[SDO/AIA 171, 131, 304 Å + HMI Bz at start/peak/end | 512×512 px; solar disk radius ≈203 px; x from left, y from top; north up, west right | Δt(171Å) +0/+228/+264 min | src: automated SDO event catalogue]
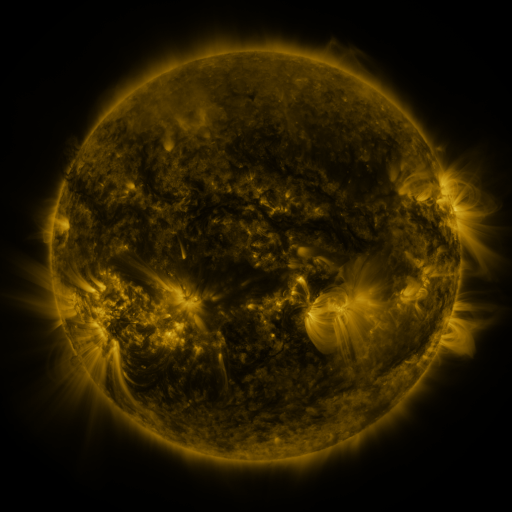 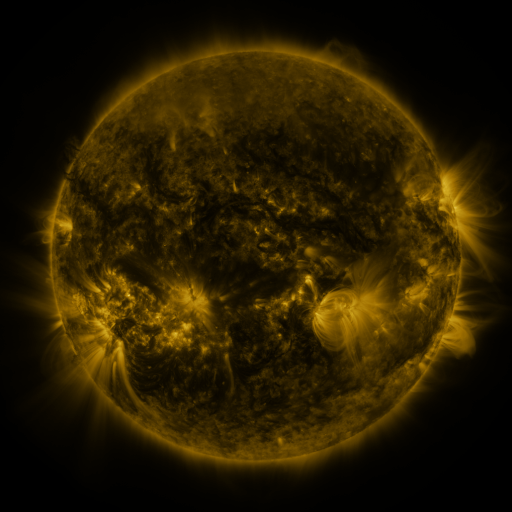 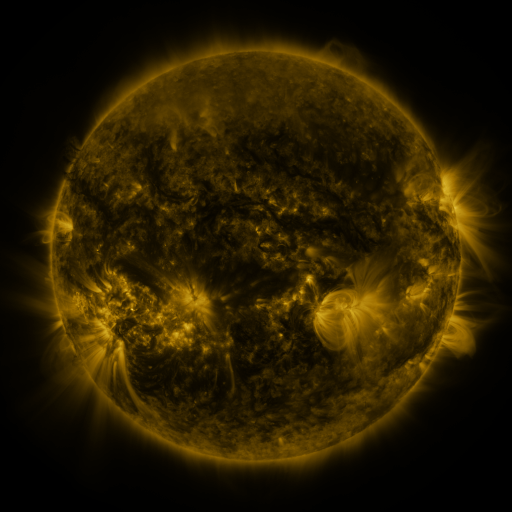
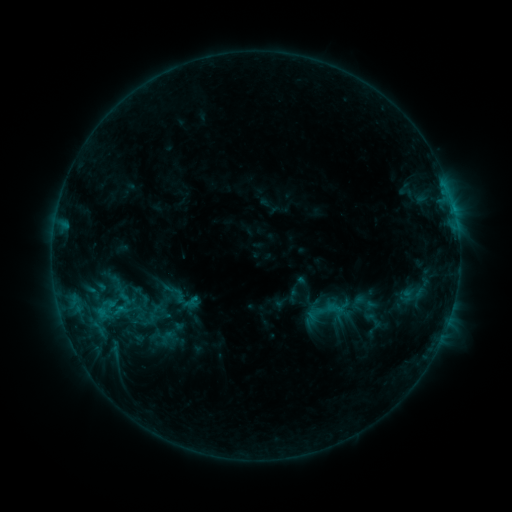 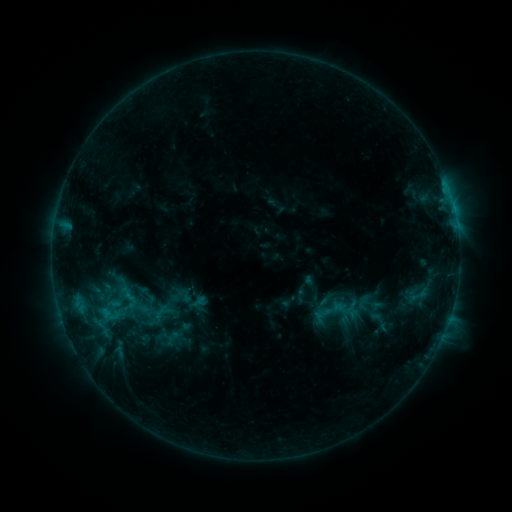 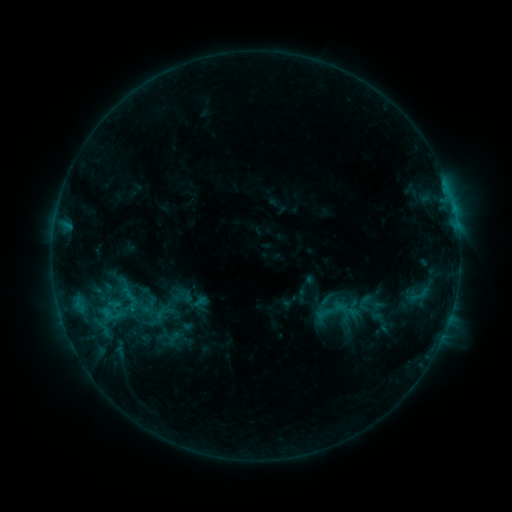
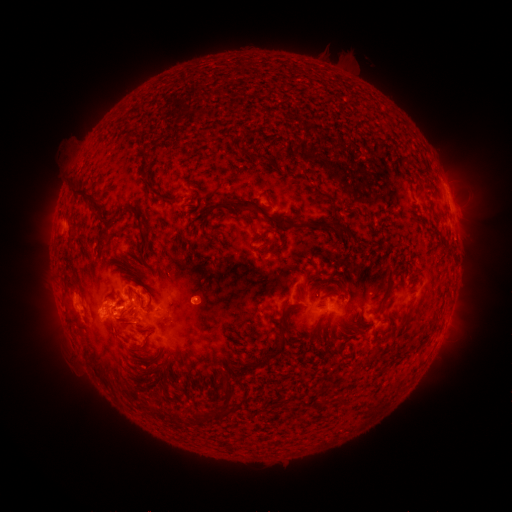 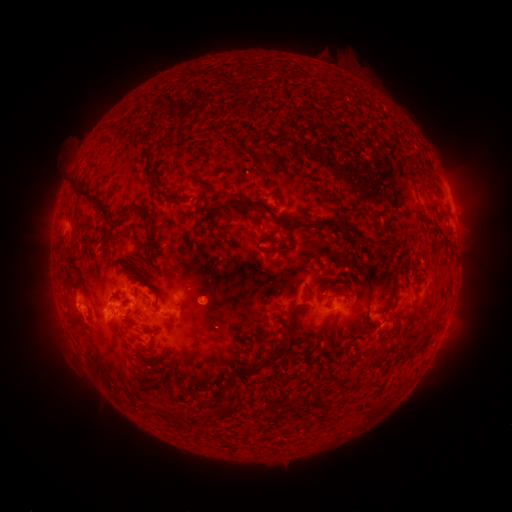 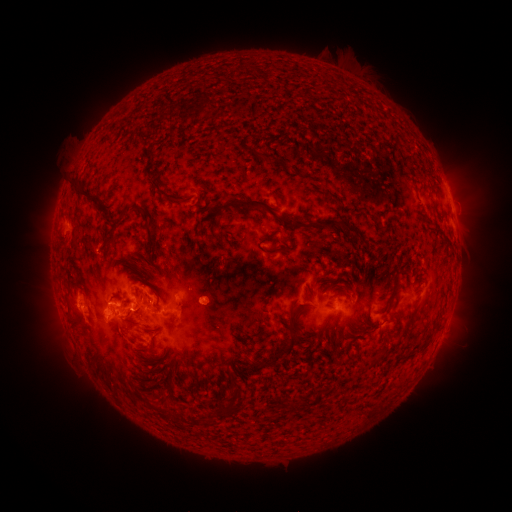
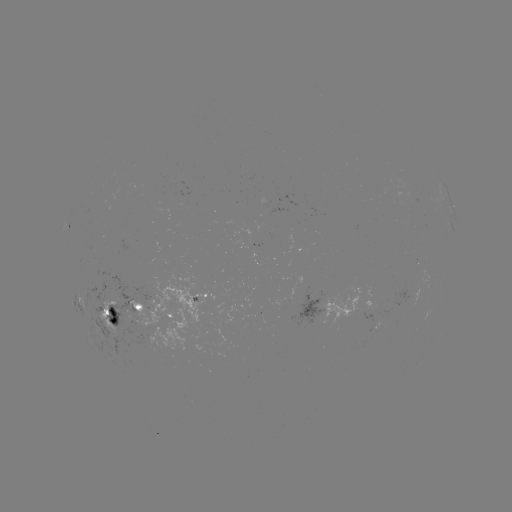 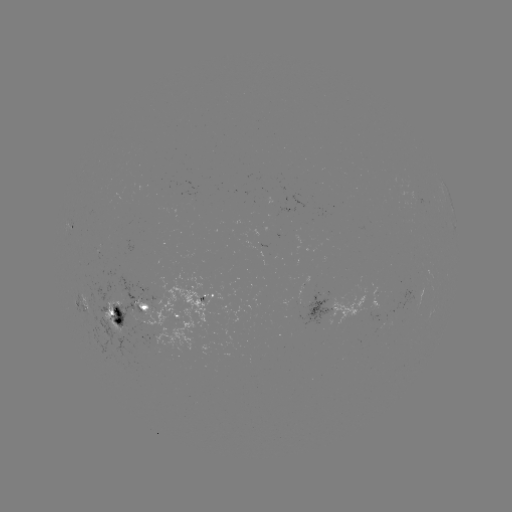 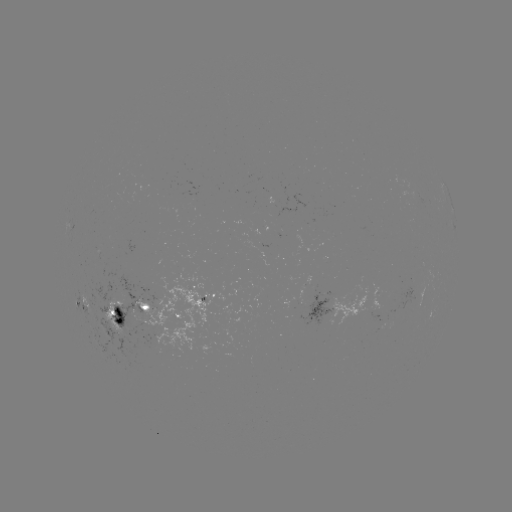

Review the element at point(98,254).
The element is emerging-flux region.